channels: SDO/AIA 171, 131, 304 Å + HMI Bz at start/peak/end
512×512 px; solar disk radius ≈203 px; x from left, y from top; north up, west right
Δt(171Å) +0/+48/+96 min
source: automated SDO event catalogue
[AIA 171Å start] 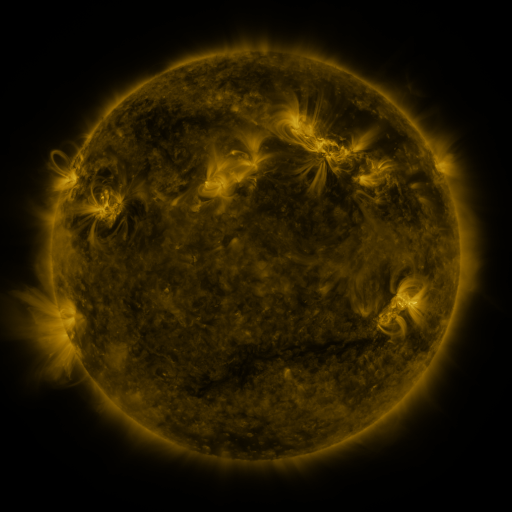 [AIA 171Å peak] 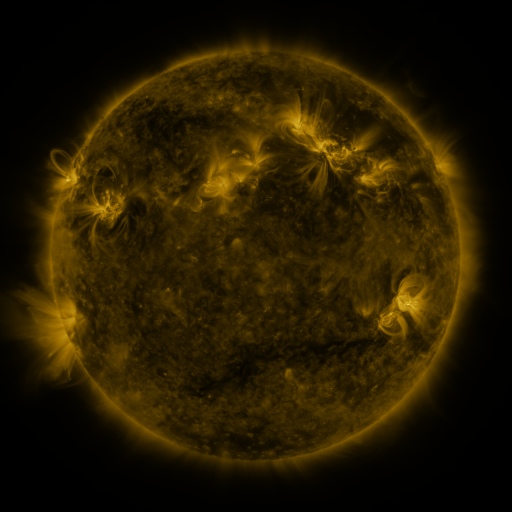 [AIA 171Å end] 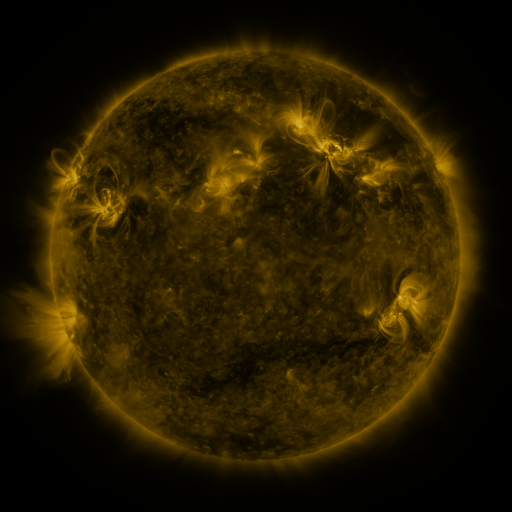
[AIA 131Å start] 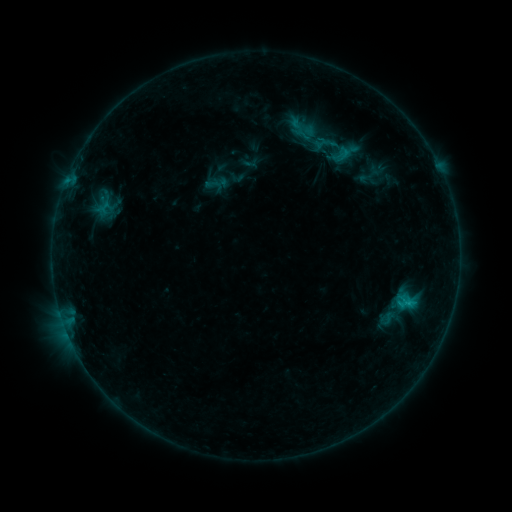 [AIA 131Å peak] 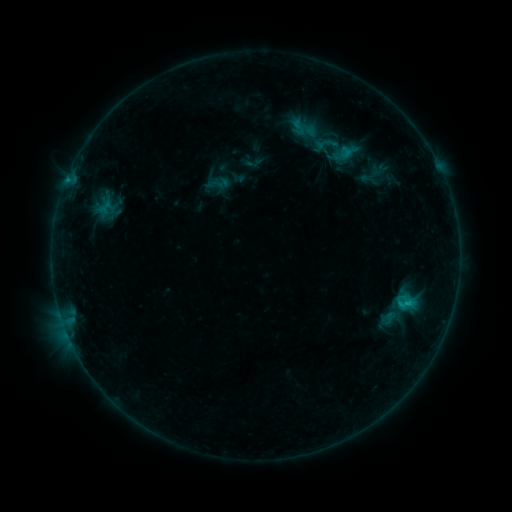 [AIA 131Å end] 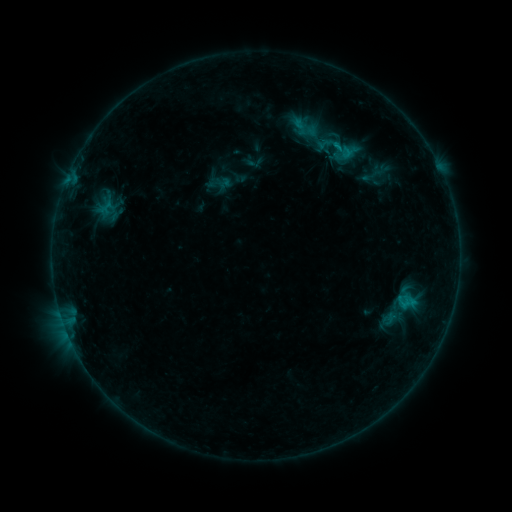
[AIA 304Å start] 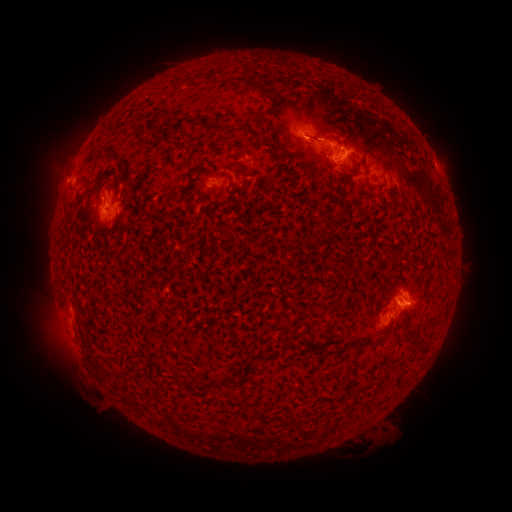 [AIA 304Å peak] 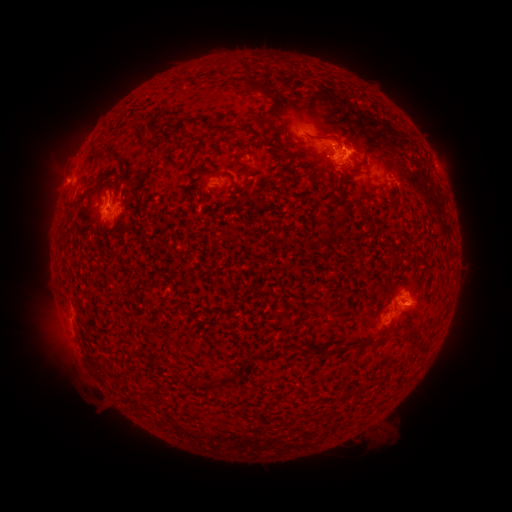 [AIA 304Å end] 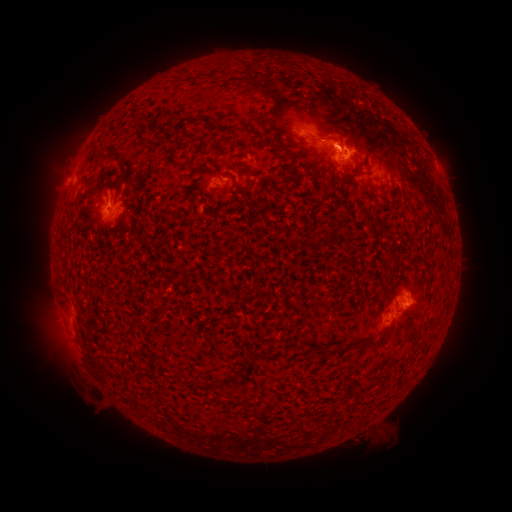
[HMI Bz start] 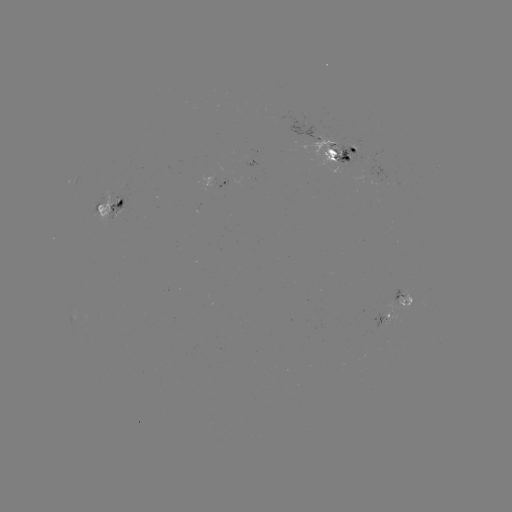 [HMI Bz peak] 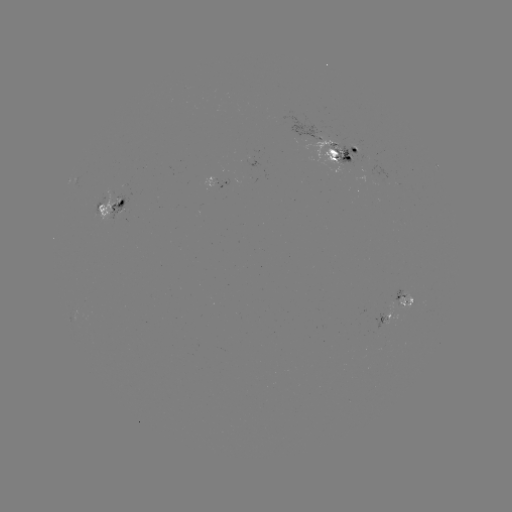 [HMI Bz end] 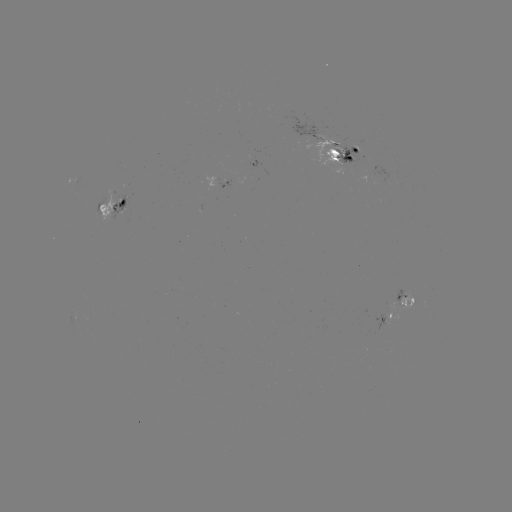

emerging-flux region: (330, 149, 360, 174)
